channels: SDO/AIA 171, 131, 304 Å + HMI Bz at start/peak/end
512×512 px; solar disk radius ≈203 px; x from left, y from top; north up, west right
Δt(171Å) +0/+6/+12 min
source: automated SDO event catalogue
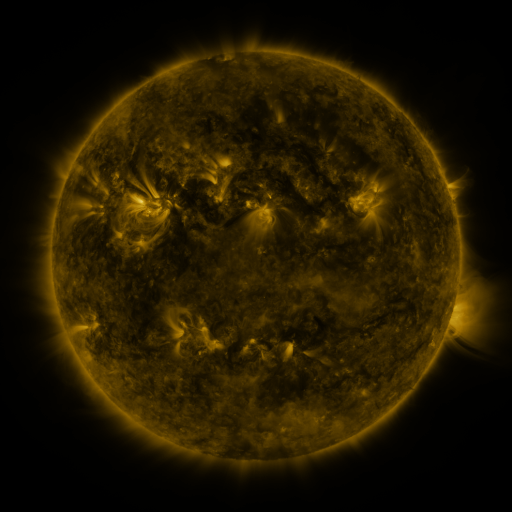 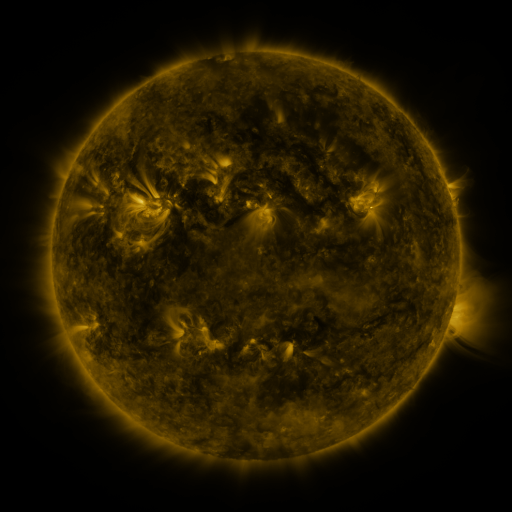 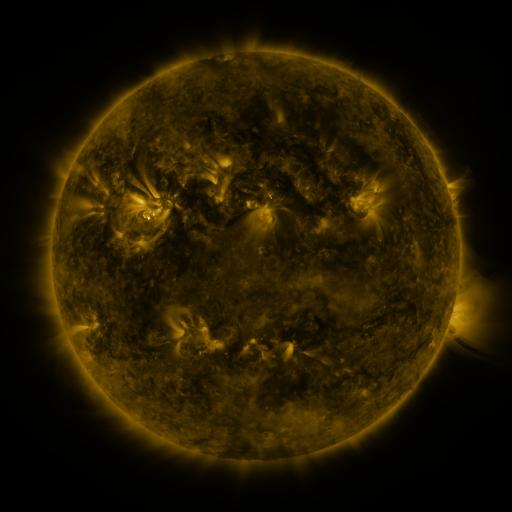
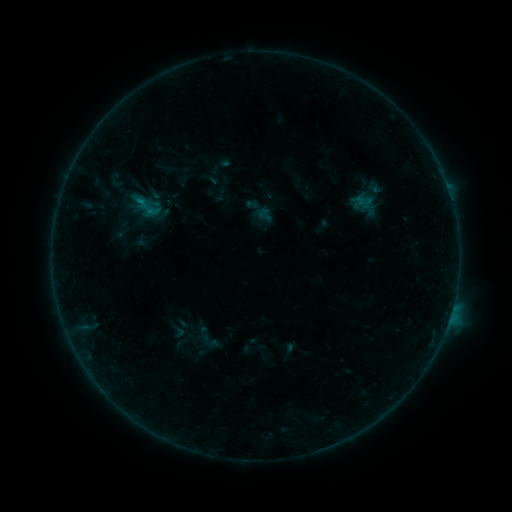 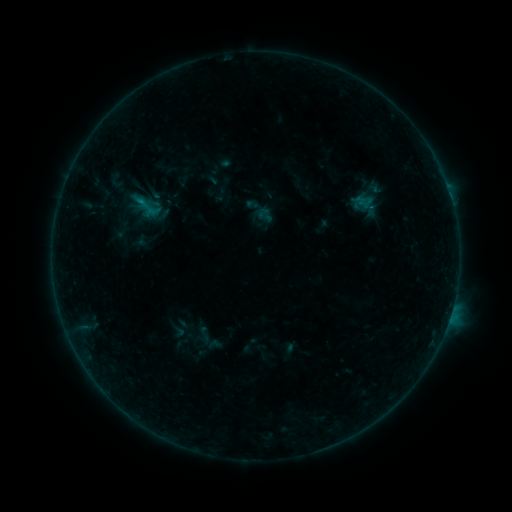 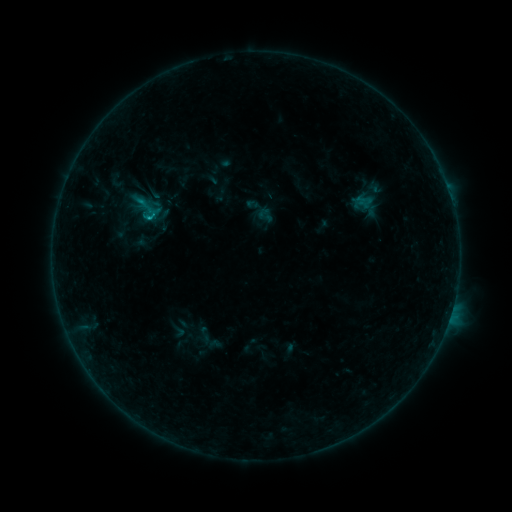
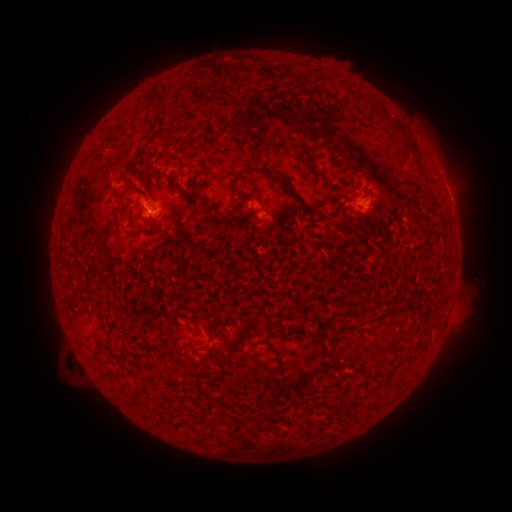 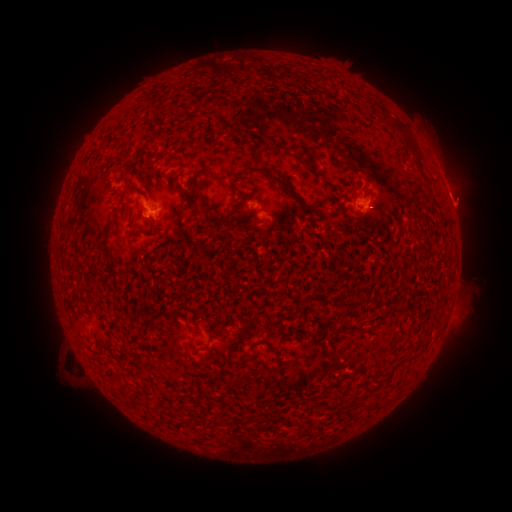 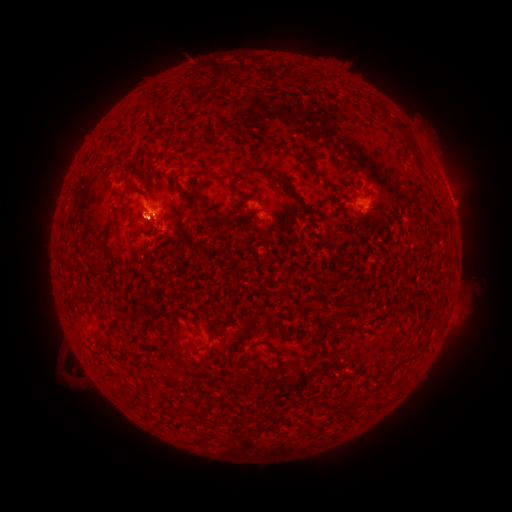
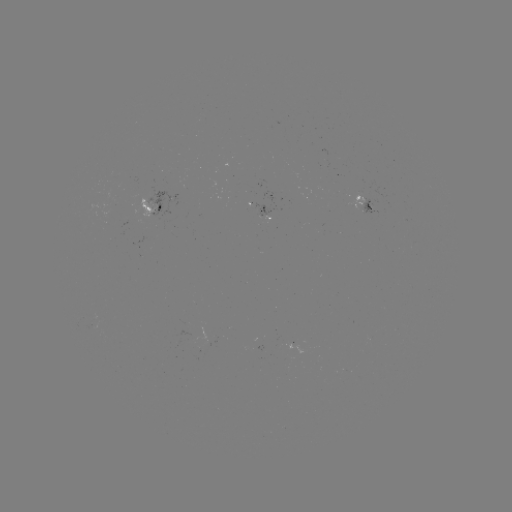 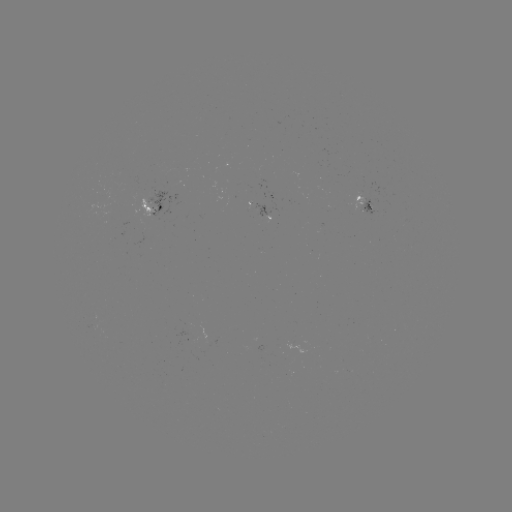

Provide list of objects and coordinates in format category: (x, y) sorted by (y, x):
B5.3 flare: (151, 211)
